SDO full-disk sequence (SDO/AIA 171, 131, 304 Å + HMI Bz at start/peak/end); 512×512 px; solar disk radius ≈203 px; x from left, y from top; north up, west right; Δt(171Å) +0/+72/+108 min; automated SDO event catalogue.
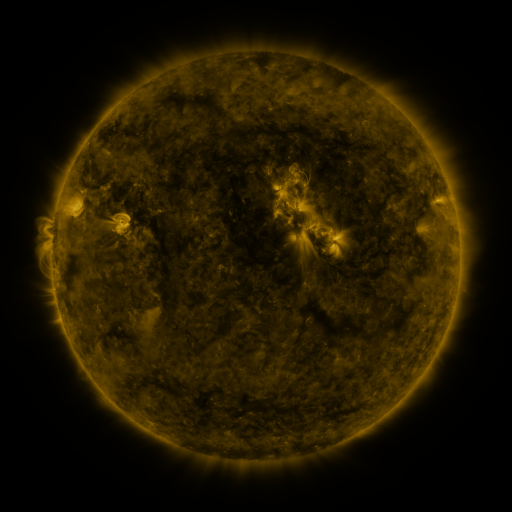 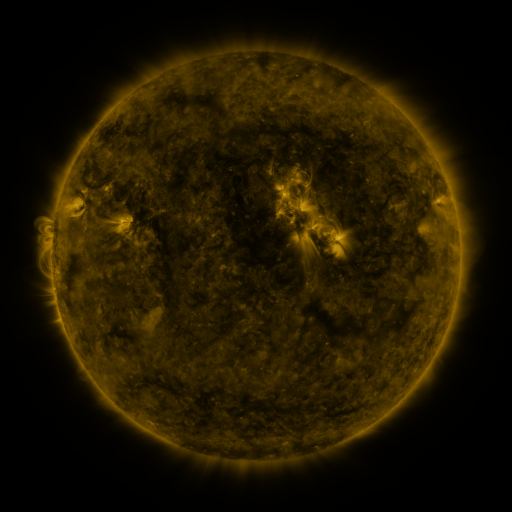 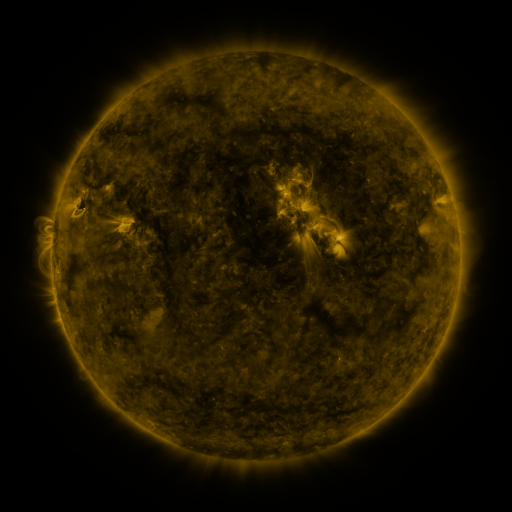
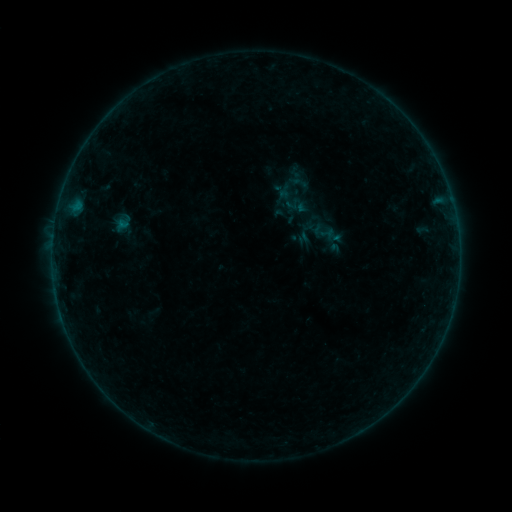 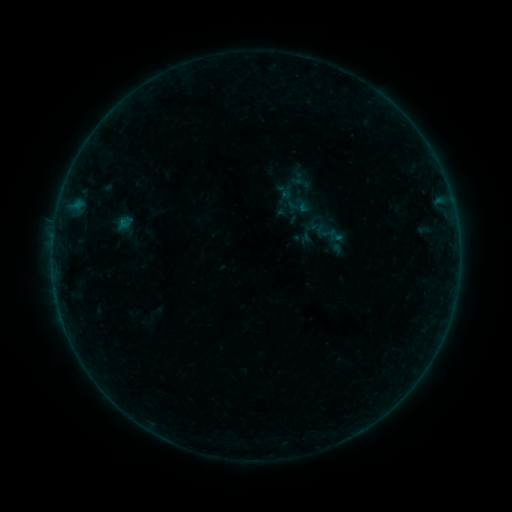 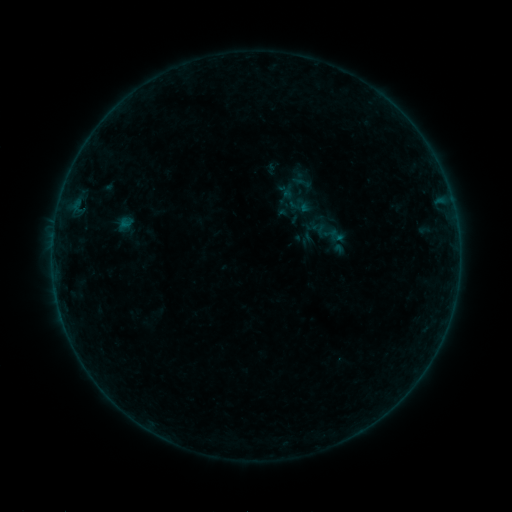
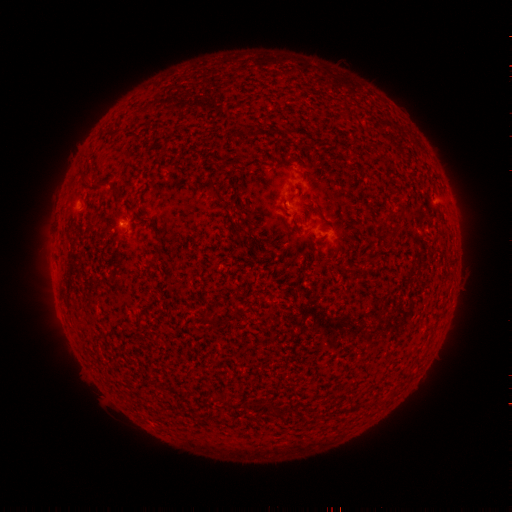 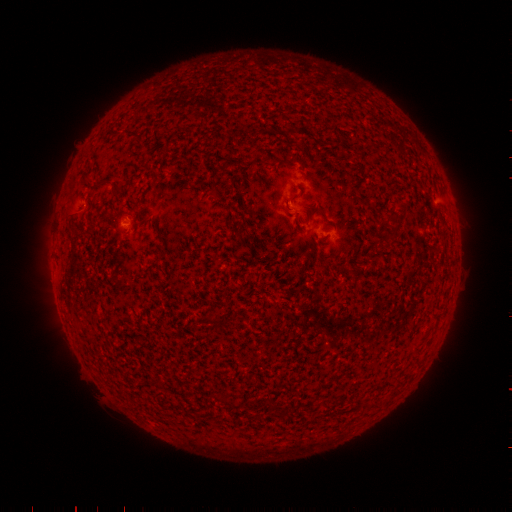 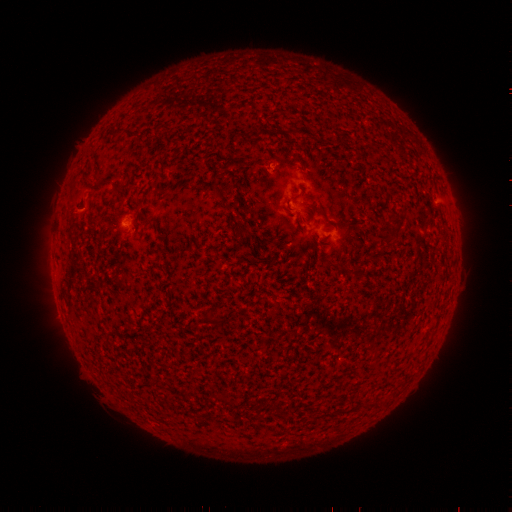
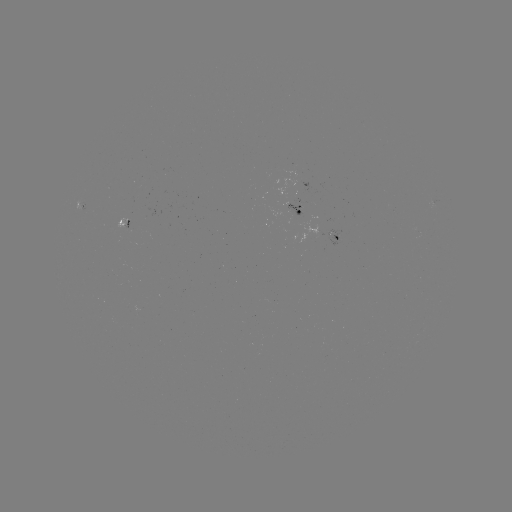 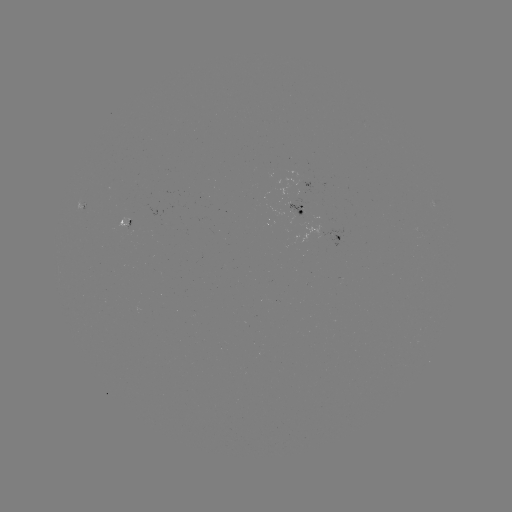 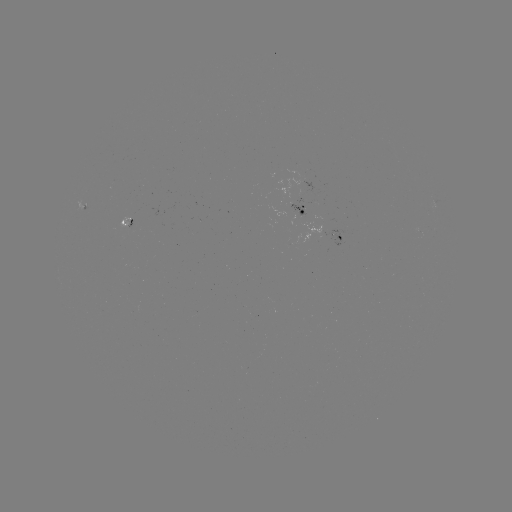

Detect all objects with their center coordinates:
emerging-flux region: (296, 215)
